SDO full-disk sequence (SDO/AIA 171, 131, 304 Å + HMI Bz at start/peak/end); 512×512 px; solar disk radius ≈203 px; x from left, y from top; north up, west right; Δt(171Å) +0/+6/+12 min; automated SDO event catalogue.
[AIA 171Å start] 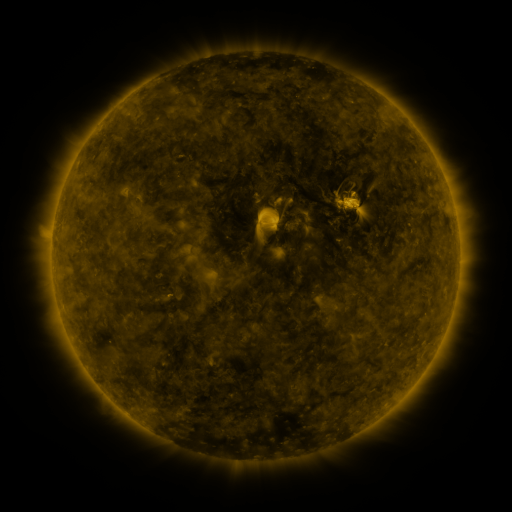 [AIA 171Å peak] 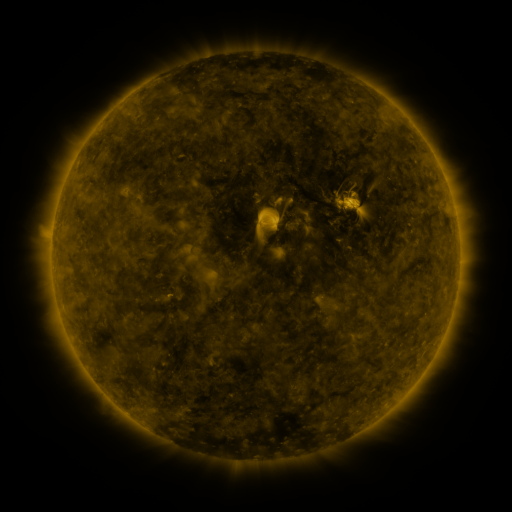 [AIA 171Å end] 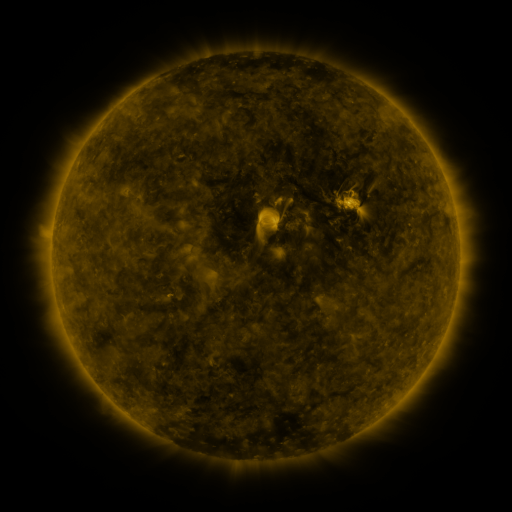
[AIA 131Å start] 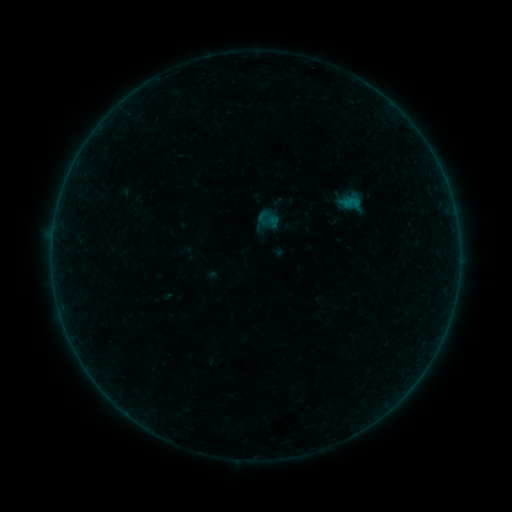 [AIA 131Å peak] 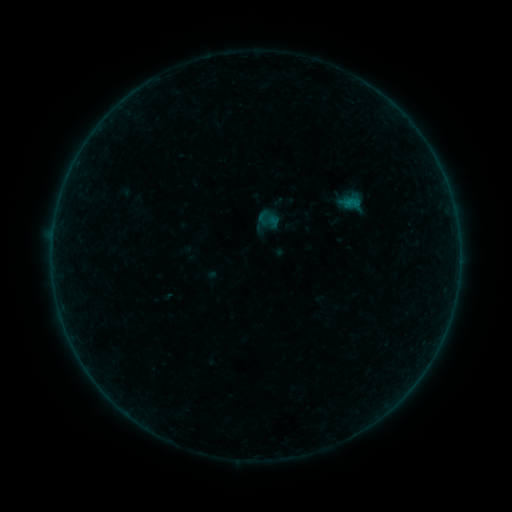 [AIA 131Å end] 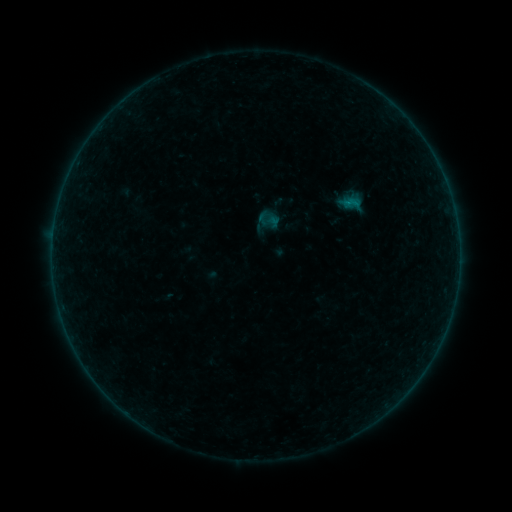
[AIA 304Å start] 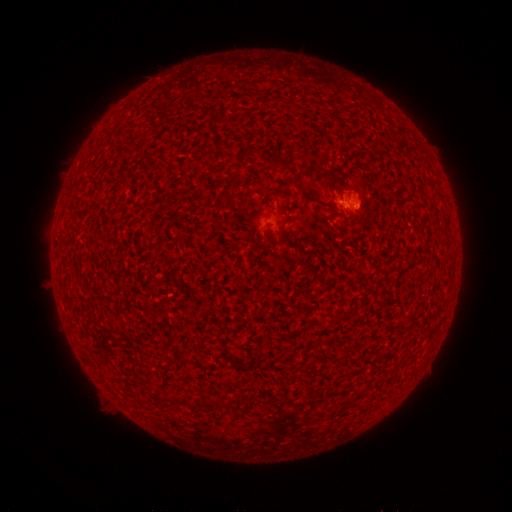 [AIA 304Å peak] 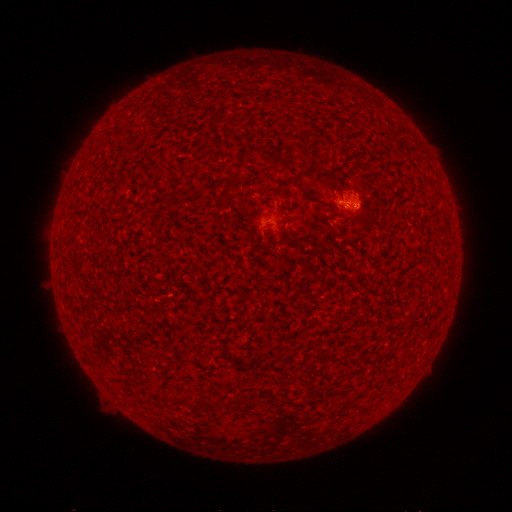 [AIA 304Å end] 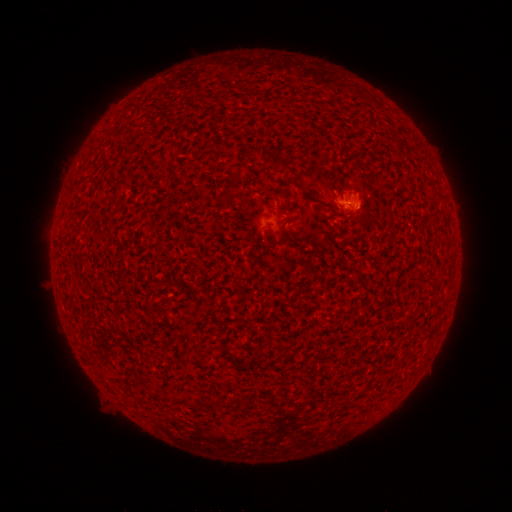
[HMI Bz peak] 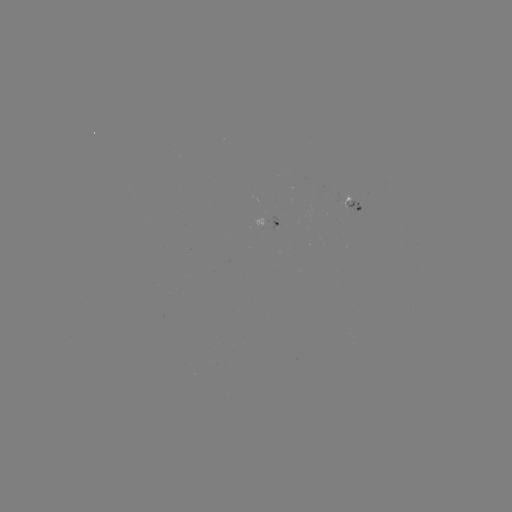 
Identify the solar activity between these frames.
B1.0 flare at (344, 202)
